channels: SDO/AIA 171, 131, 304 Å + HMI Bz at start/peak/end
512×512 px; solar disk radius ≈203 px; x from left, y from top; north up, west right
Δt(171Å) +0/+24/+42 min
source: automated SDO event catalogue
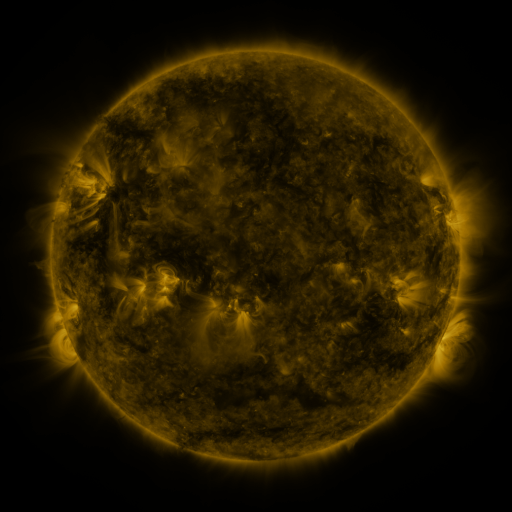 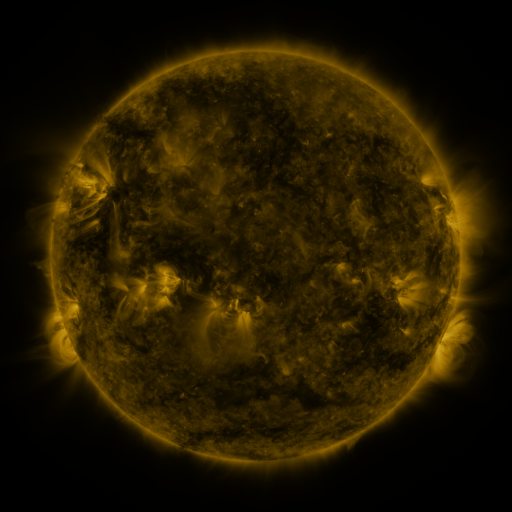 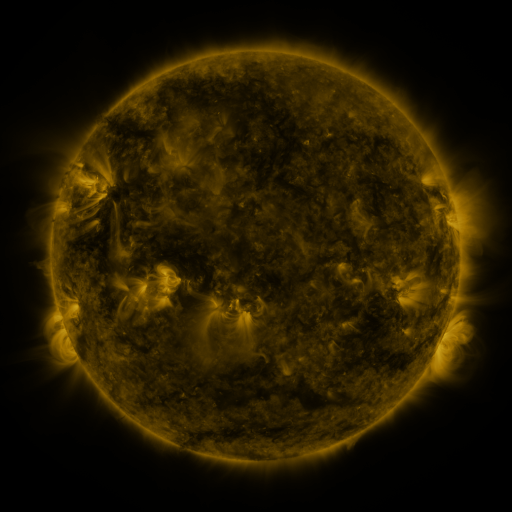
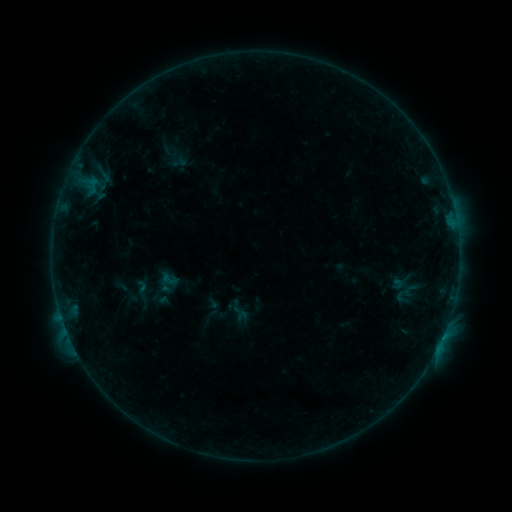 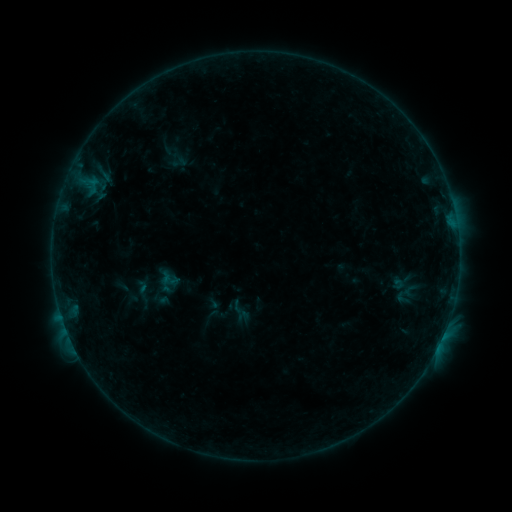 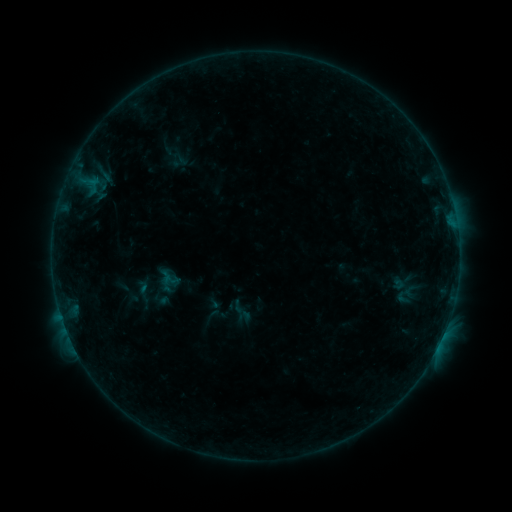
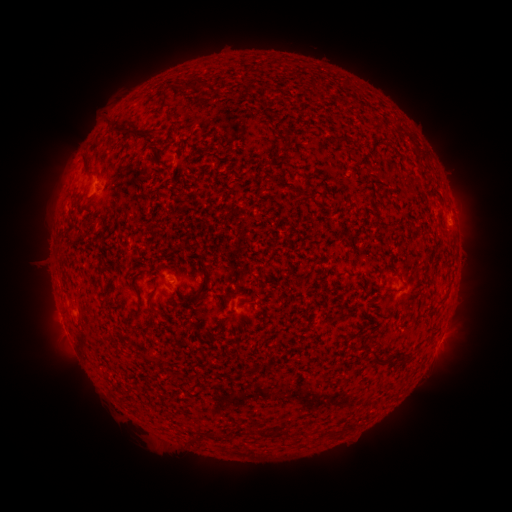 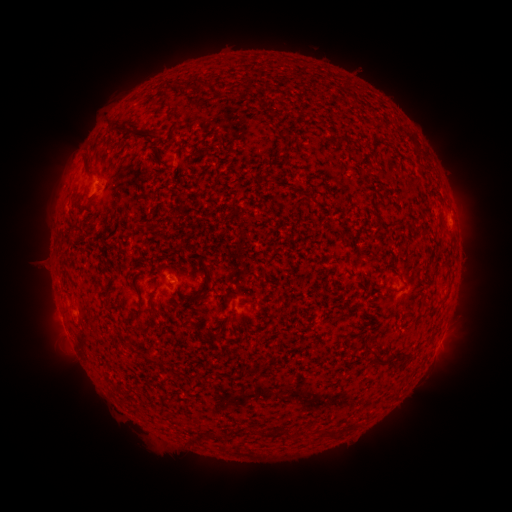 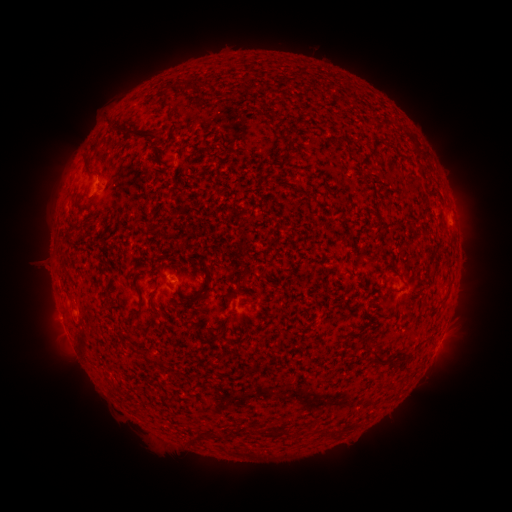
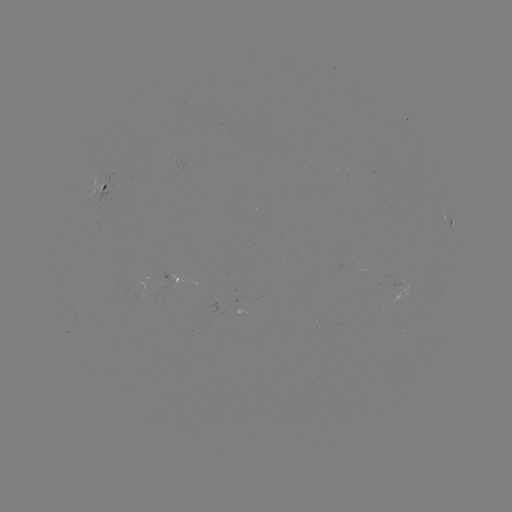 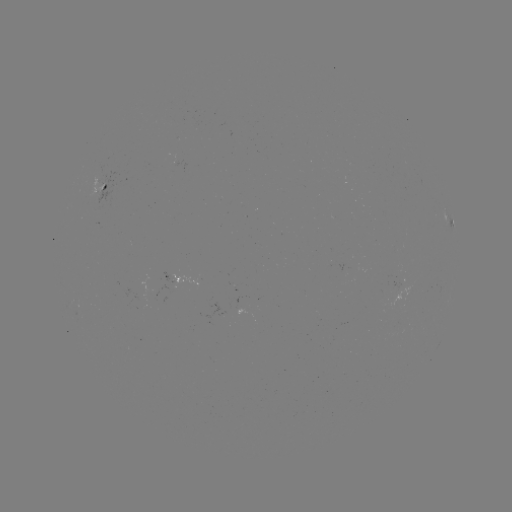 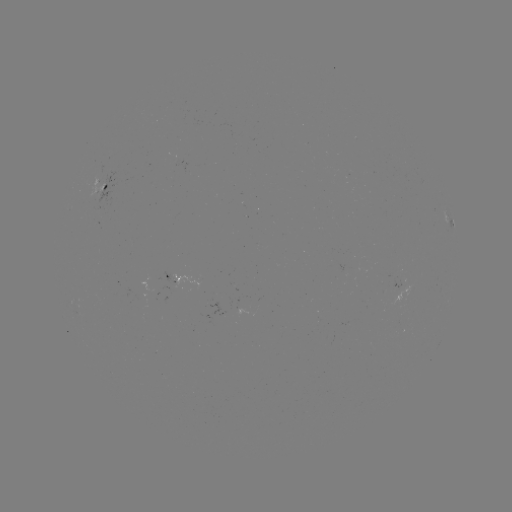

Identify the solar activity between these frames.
no classed flare was catalogued and no EUV brightening was flagged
